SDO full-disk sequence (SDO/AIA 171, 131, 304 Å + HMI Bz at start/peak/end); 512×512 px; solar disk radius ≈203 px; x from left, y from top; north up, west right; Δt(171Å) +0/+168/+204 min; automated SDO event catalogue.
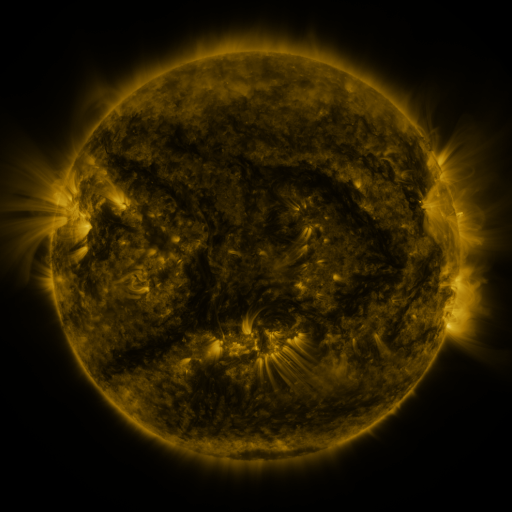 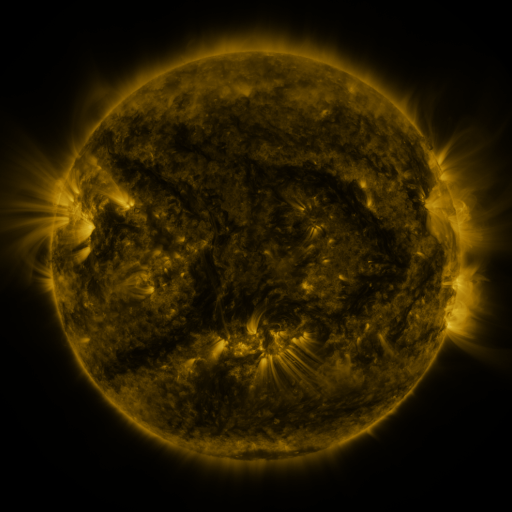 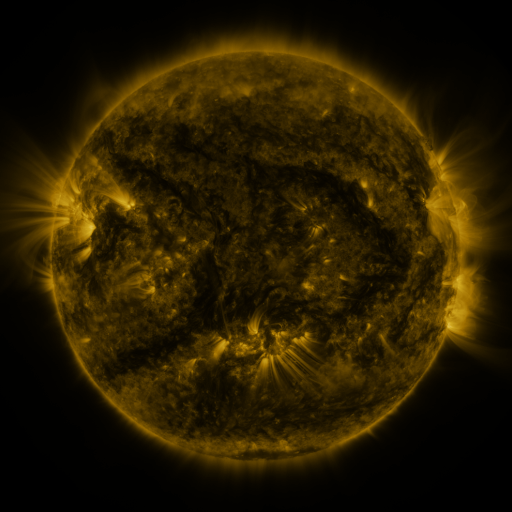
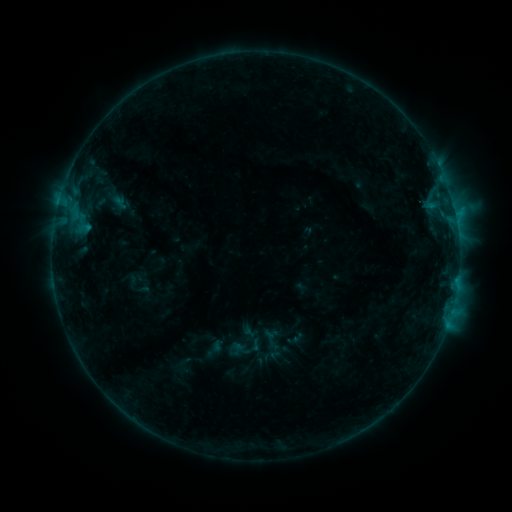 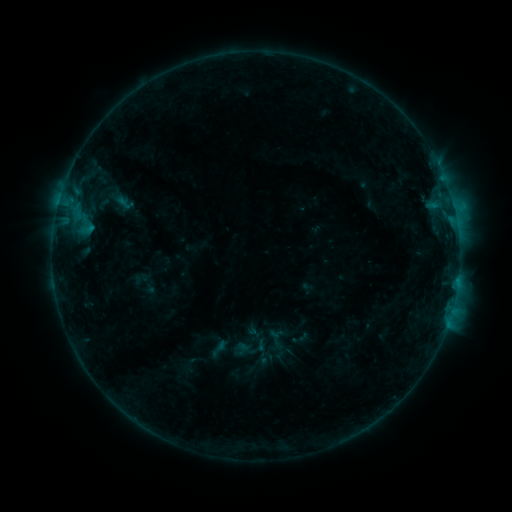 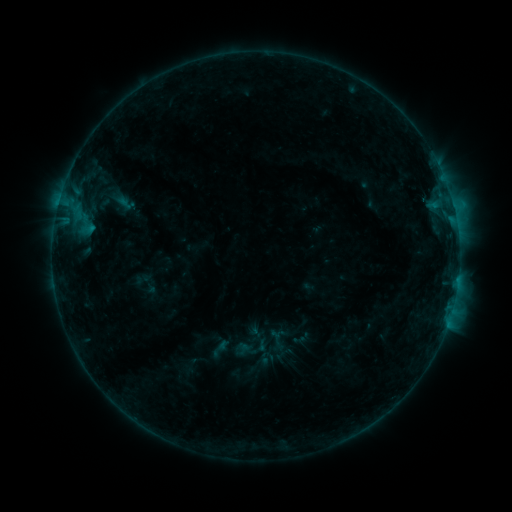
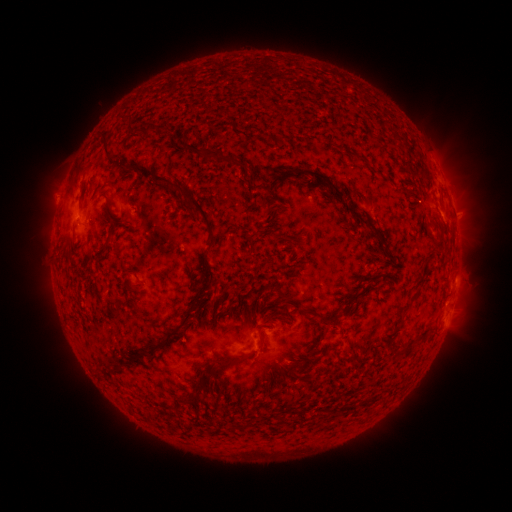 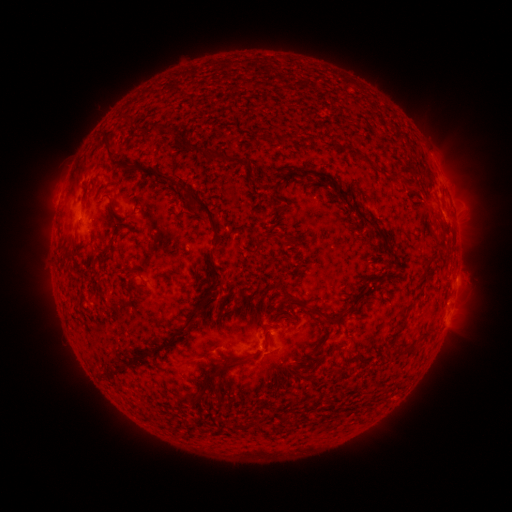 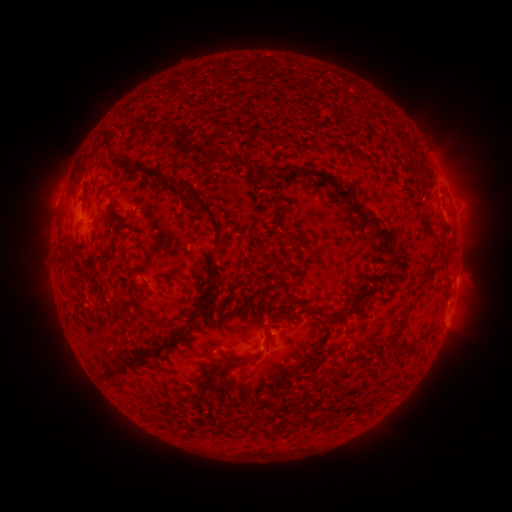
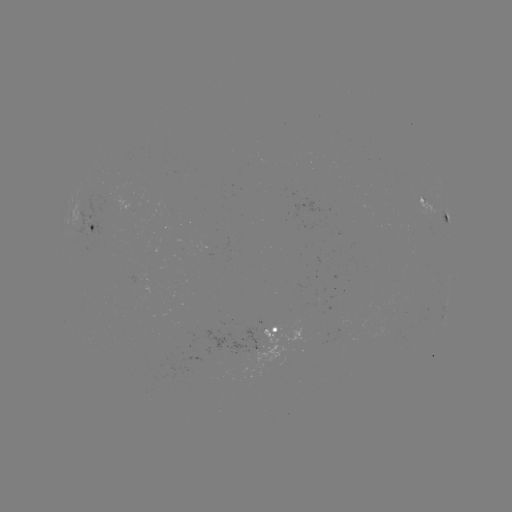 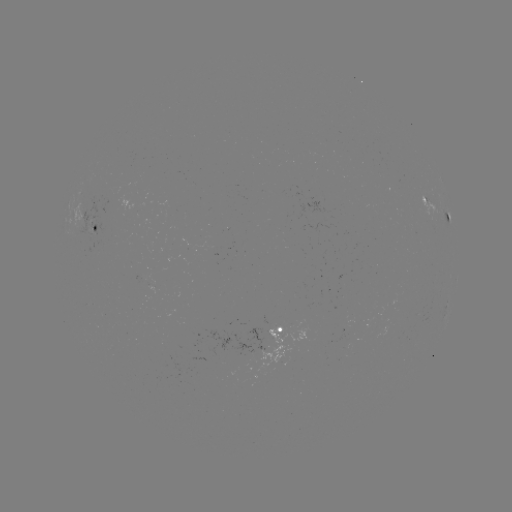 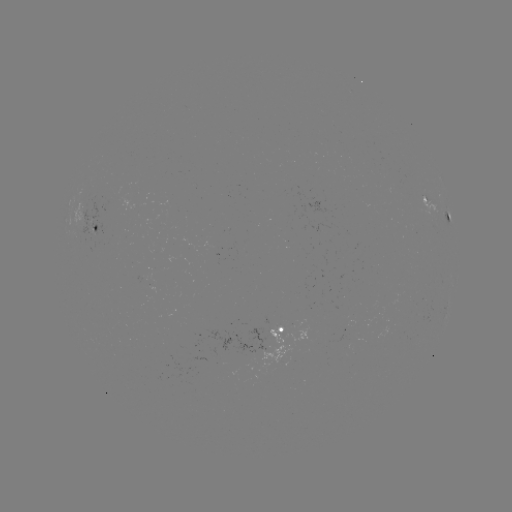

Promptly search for emerging-flux region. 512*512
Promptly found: [89, 218].